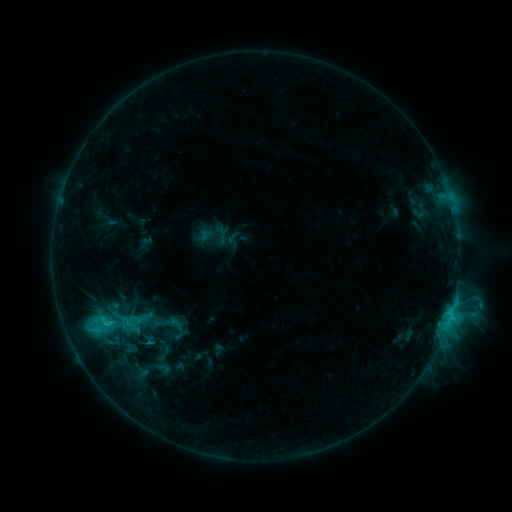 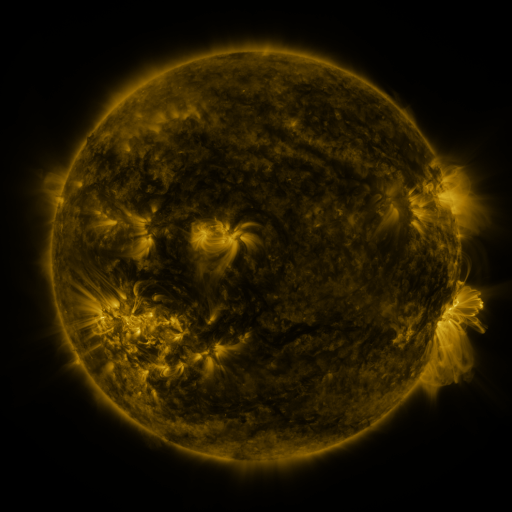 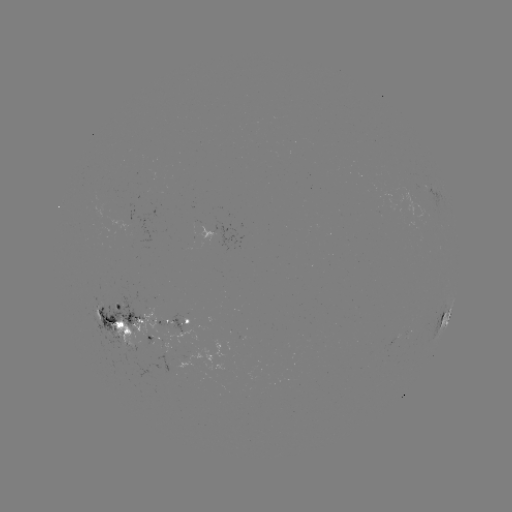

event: sigmoid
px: (121, 322)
